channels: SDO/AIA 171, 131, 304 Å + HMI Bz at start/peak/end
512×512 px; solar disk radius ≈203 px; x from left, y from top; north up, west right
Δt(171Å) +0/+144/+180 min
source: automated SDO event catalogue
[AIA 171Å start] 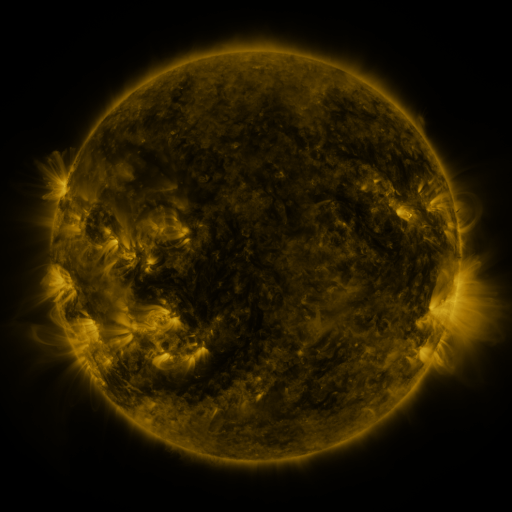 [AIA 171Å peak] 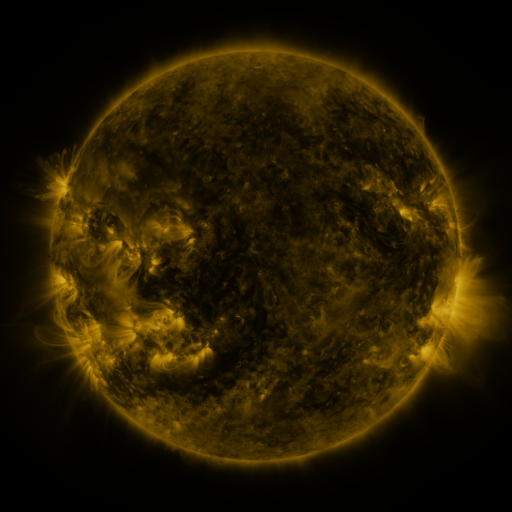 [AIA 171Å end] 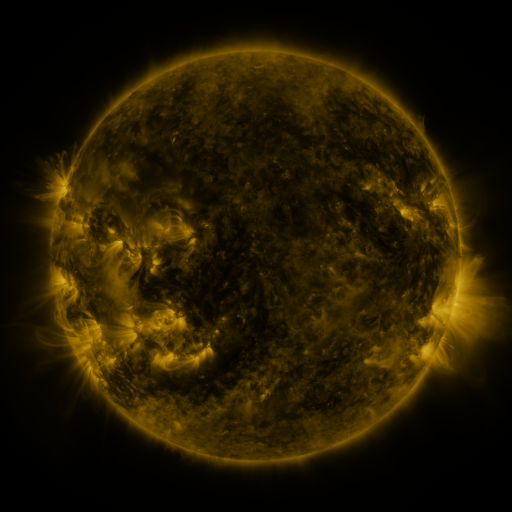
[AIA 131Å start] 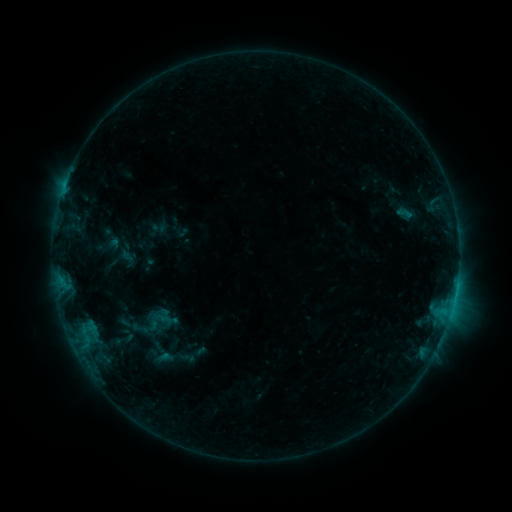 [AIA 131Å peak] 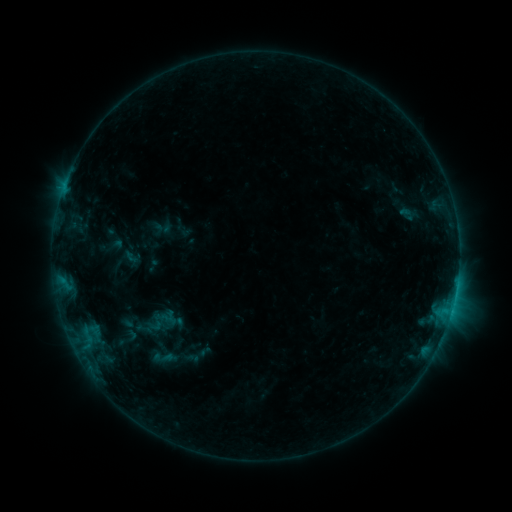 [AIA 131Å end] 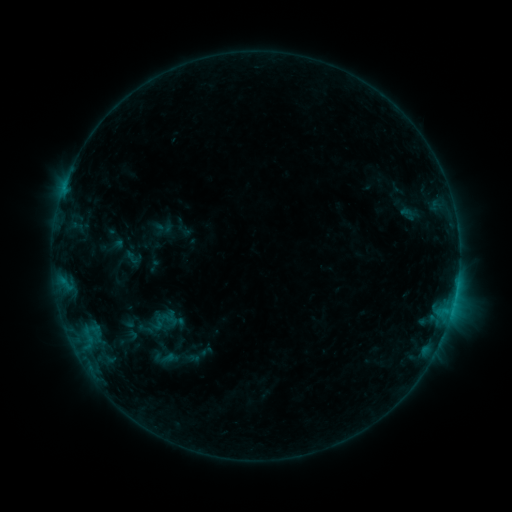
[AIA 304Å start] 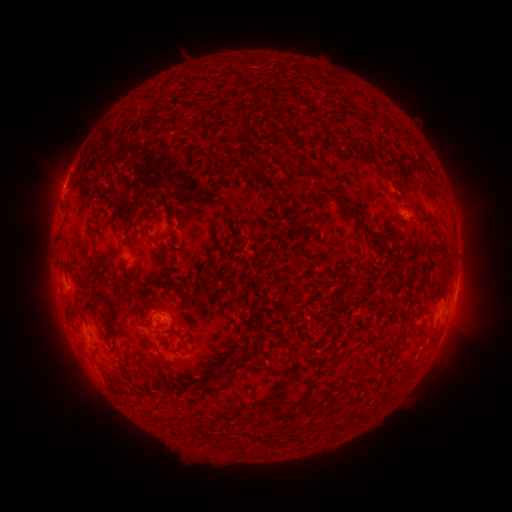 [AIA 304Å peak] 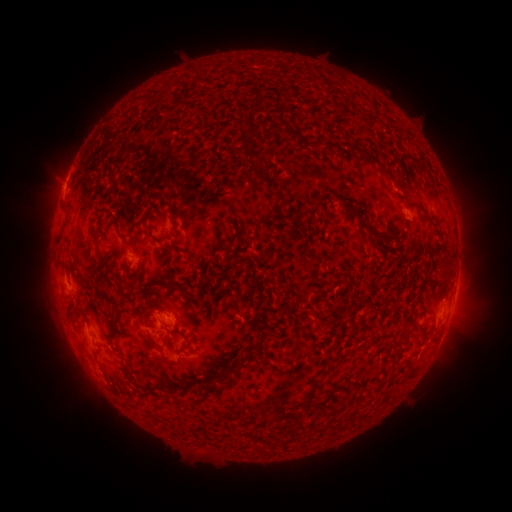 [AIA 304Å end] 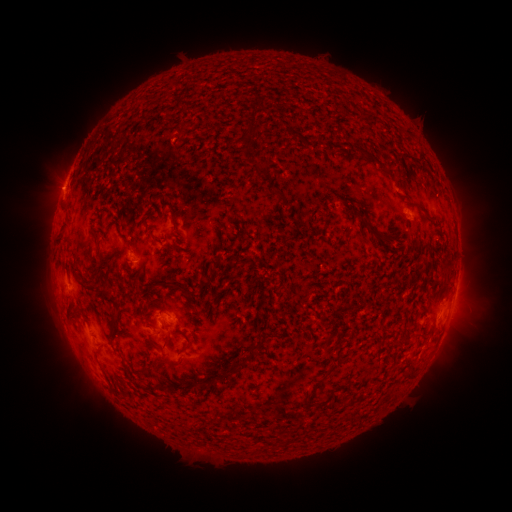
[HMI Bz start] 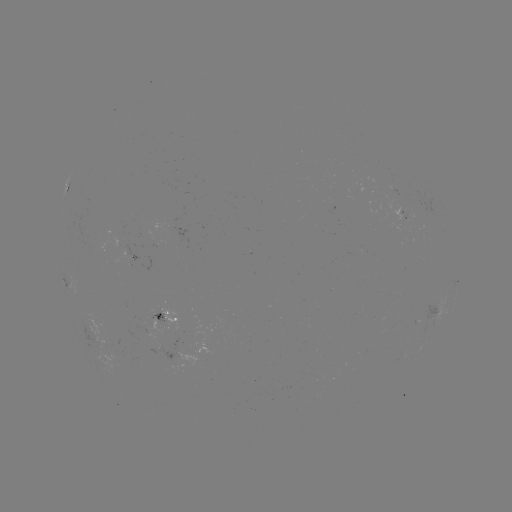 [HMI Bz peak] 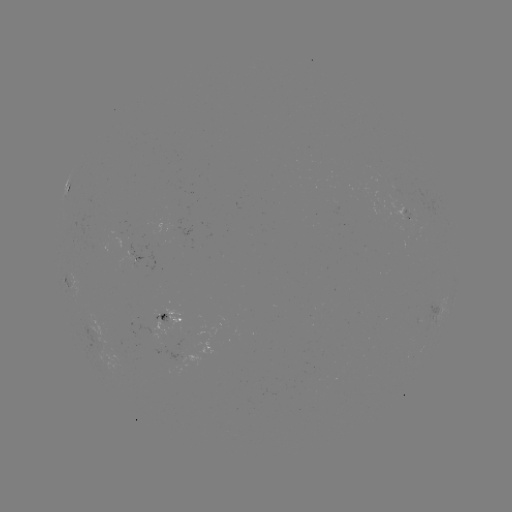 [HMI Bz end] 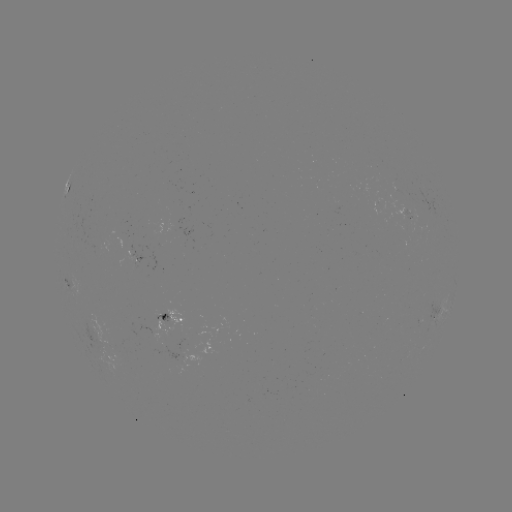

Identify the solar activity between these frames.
emerging-flux region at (136, 256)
